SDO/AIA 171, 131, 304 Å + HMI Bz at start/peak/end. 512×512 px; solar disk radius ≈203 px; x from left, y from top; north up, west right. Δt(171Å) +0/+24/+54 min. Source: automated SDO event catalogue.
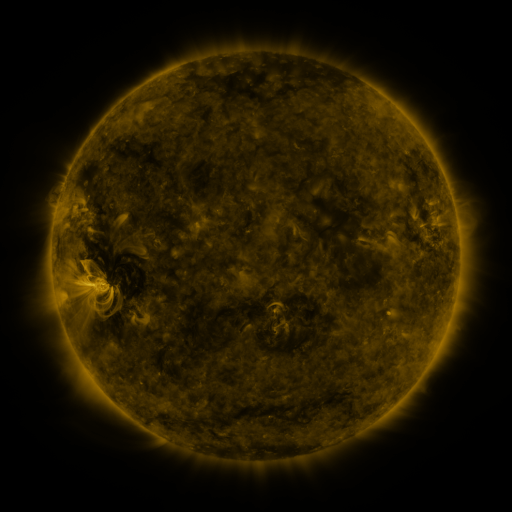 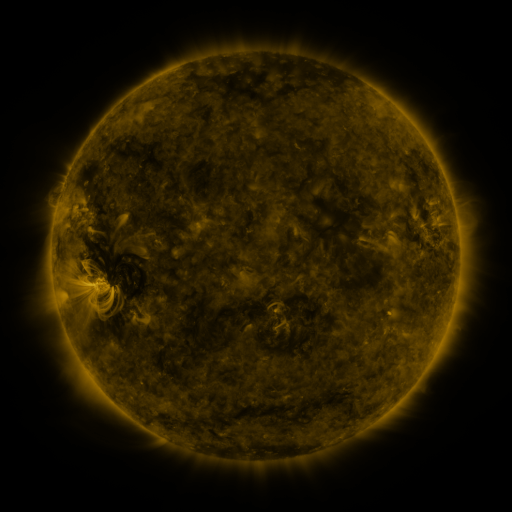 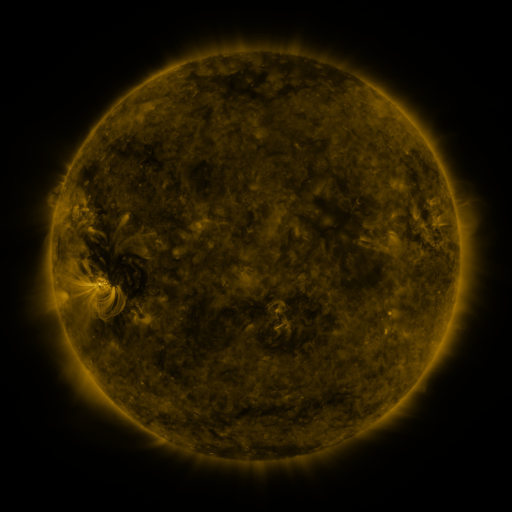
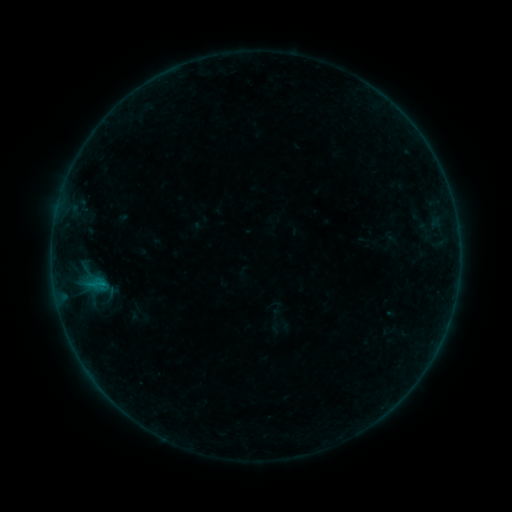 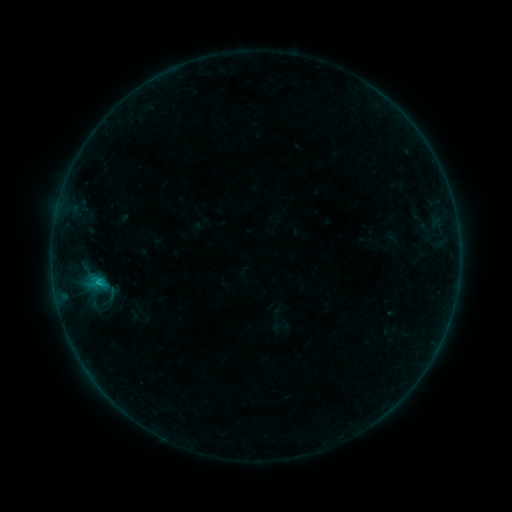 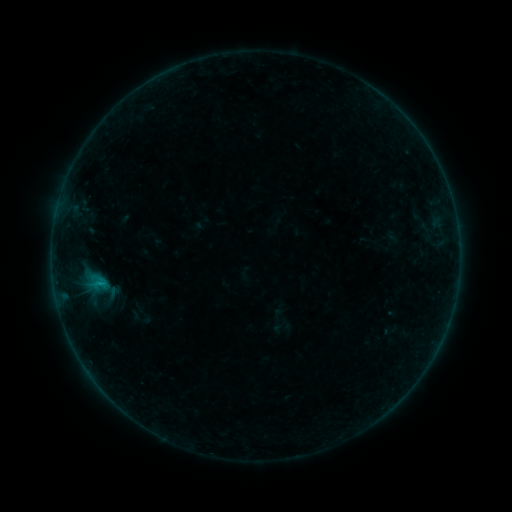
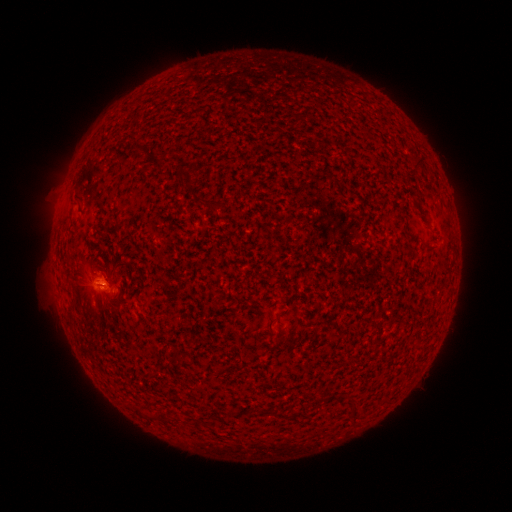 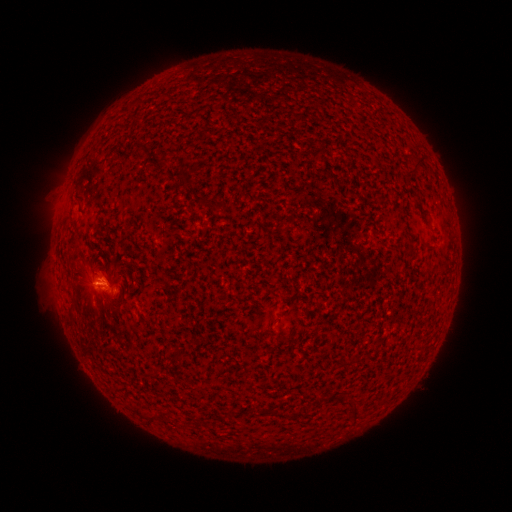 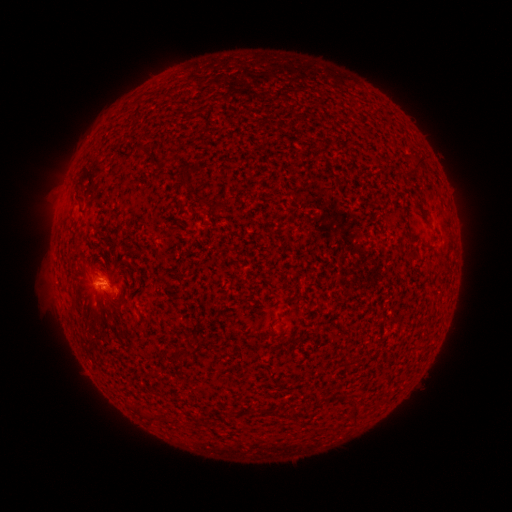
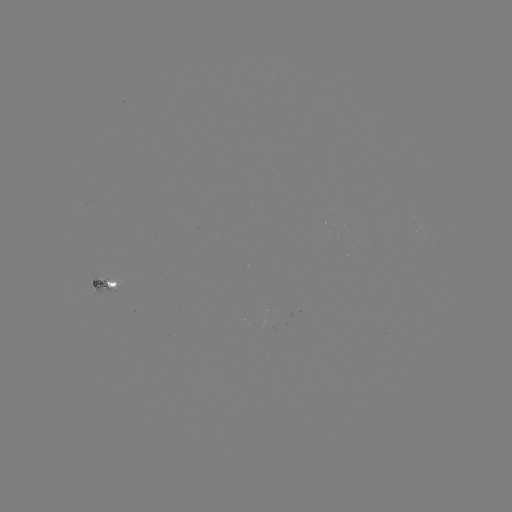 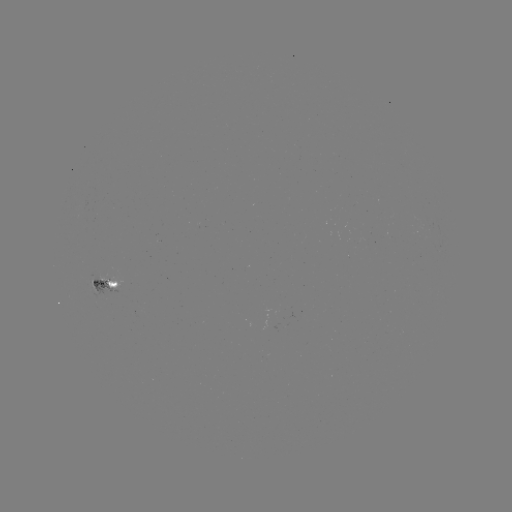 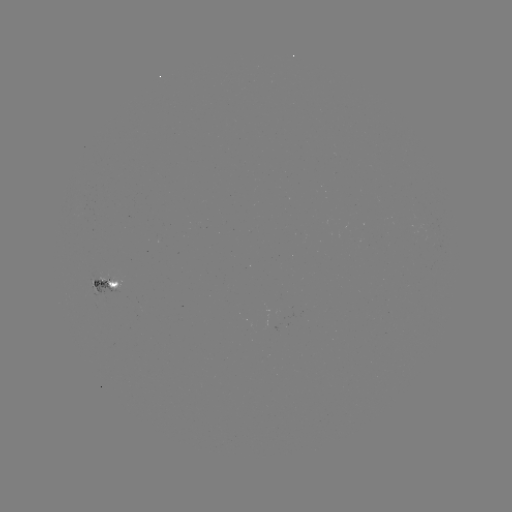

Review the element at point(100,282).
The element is B6.8 flare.